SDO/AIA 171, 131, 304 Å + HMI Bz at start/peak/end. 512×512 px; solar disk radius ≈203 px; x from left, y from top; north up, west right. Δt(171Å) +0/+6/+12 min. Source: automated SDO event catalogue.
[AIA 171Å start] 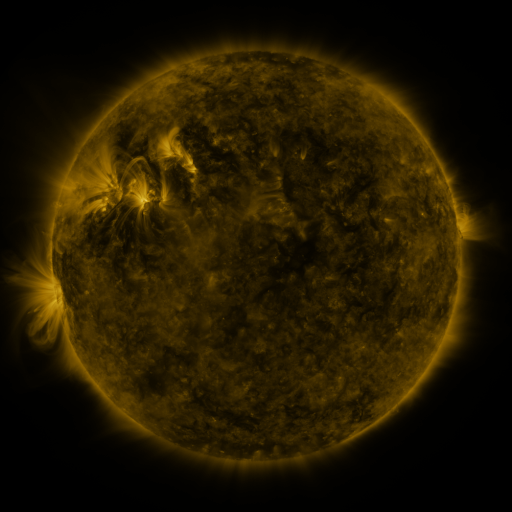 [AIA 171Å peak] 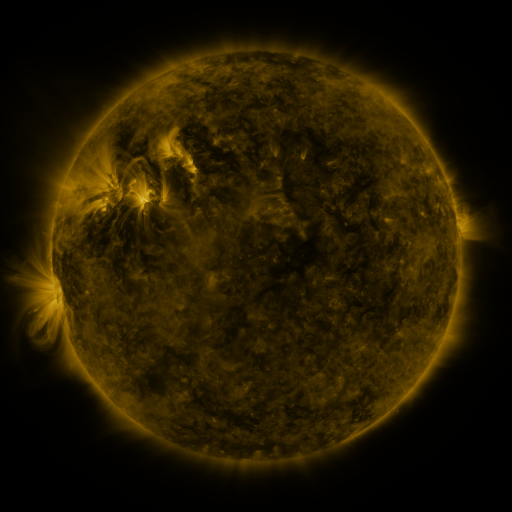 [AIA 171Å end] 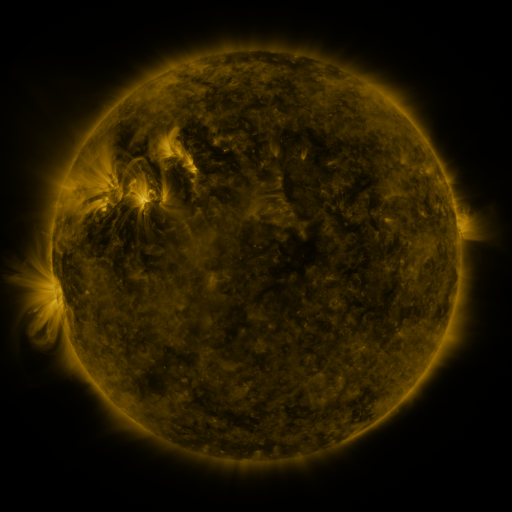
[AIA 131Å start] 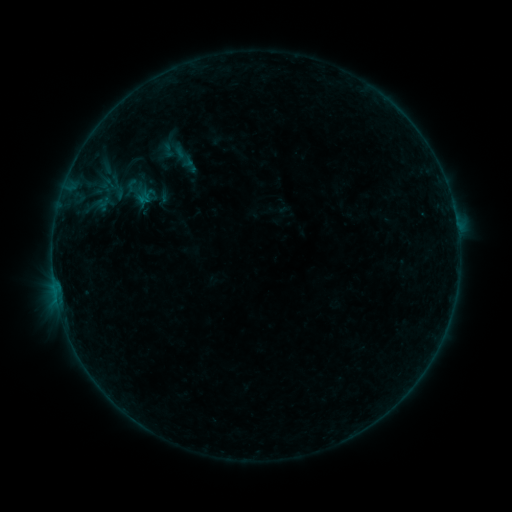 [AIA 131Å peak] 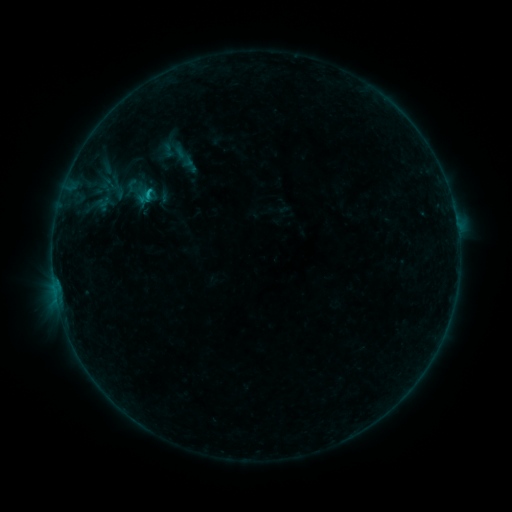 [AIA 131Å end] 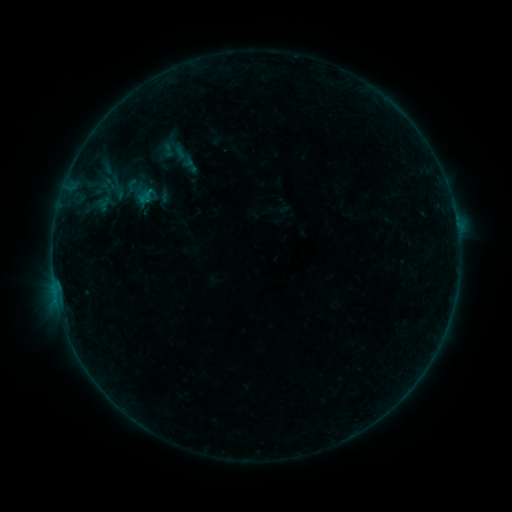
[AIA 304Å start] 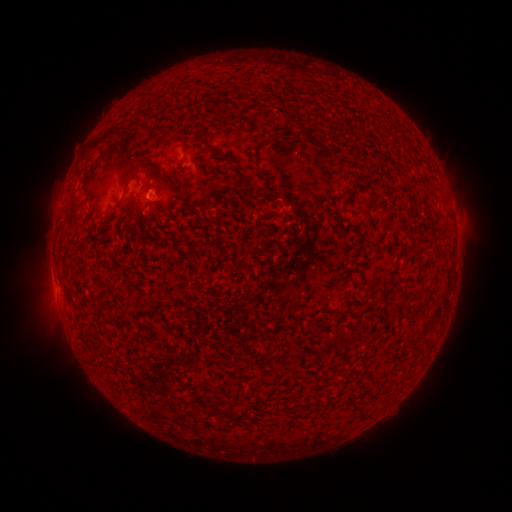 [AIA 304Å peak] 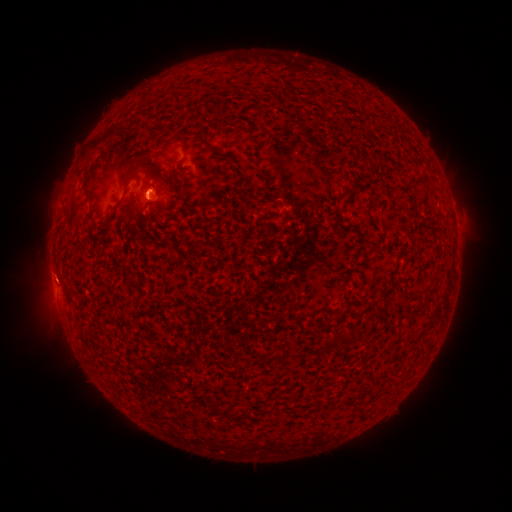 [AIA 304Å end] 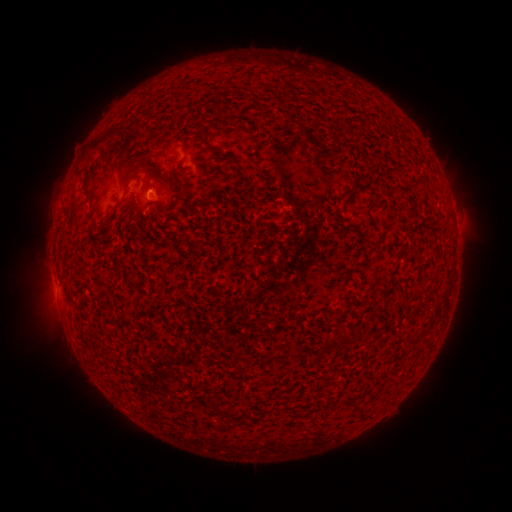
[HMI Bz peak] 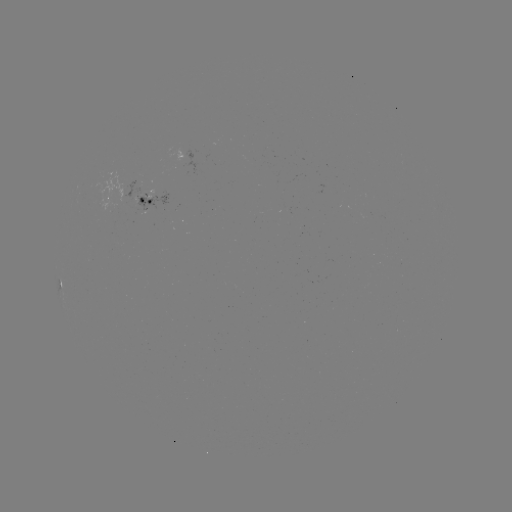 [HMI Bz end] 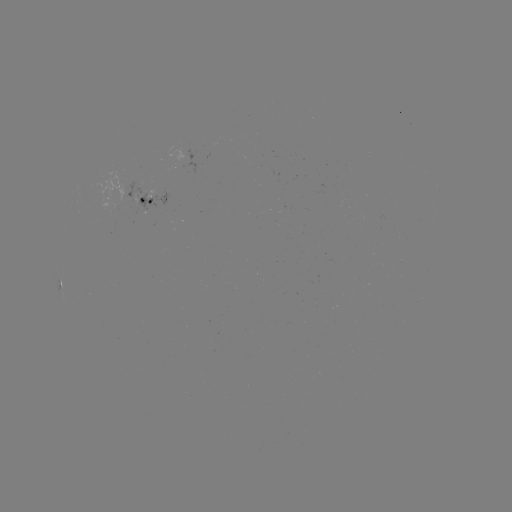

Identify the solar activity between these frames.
B4.1 flare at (147, 199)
